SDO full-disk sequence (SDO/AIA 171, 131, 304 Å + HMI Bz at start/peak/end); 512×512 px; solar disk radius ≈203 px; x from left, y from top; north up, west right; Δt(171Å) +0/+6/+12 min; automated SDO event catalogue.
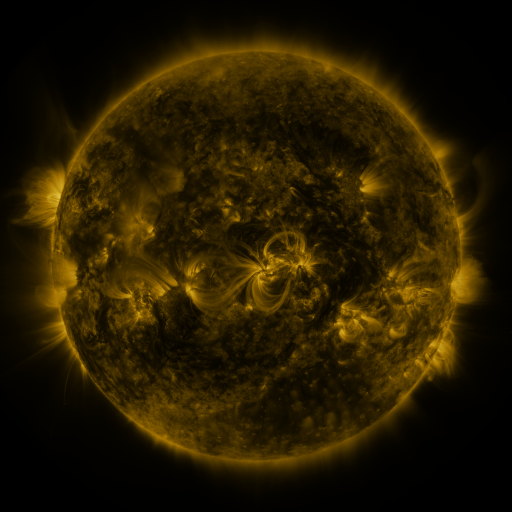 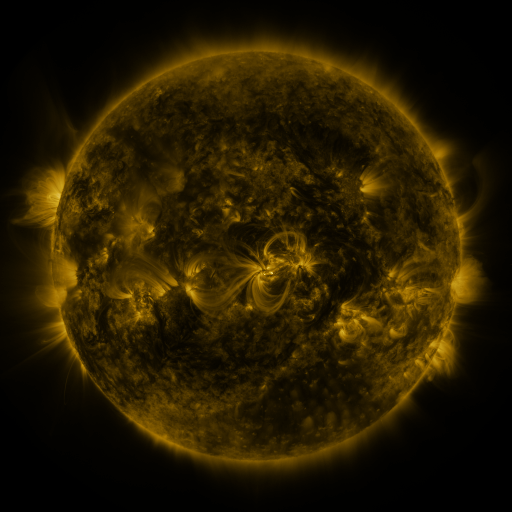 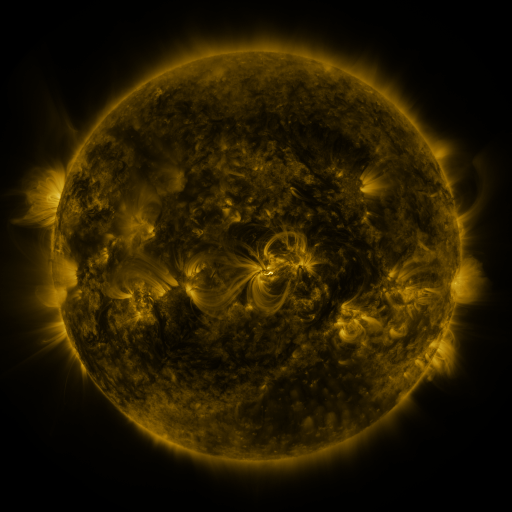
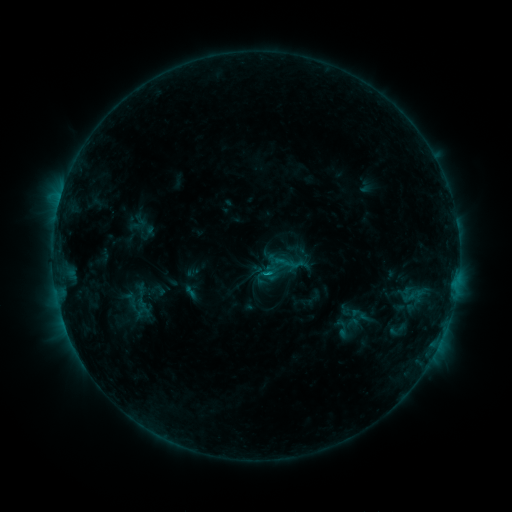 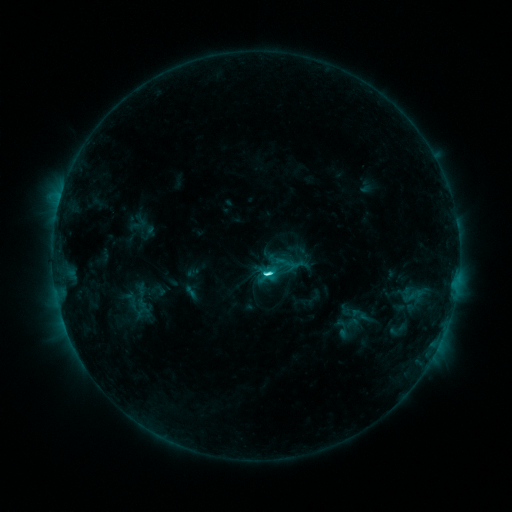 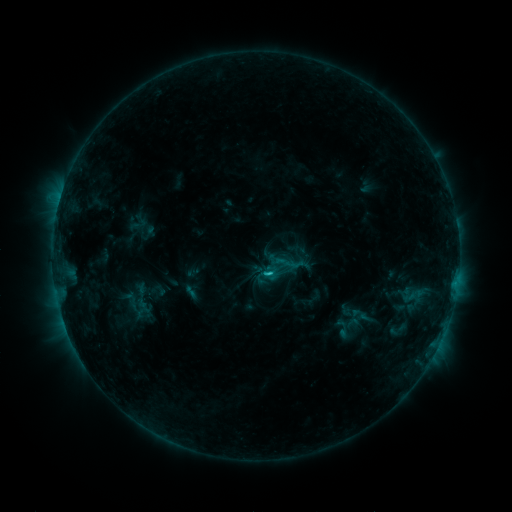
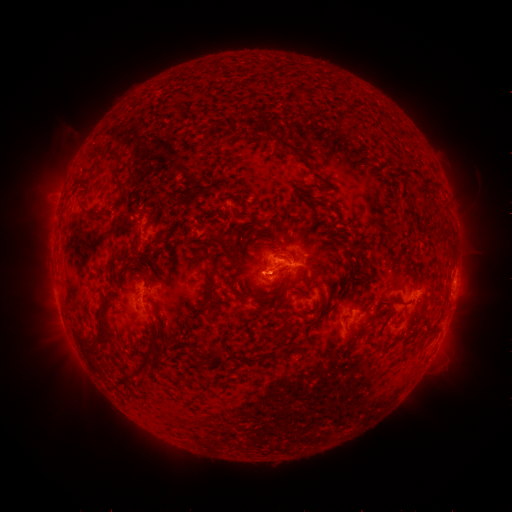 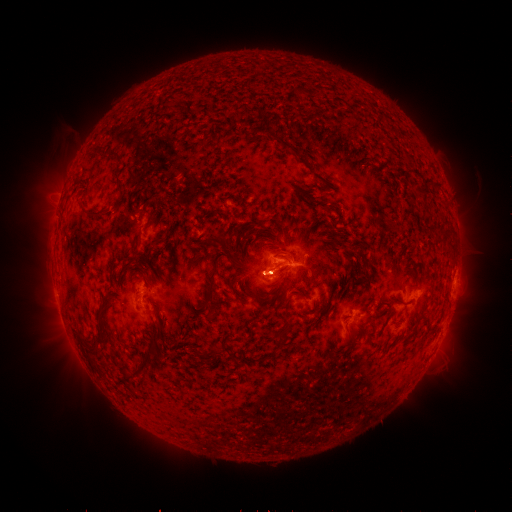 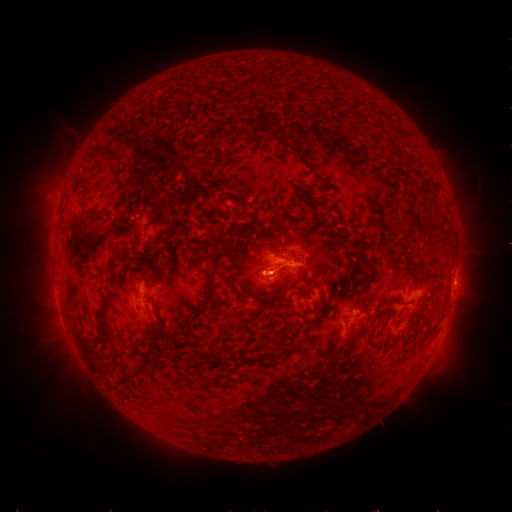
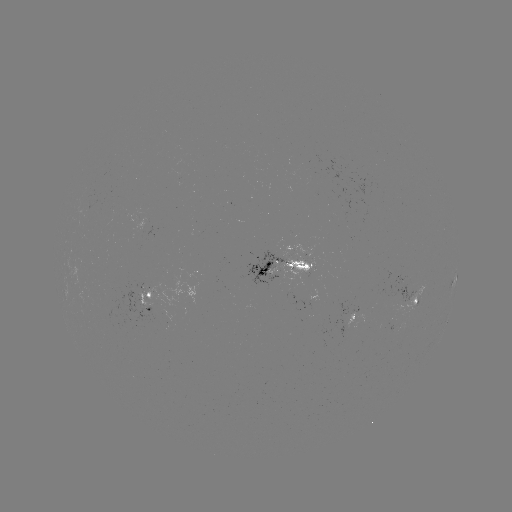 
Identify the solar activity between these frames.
C3.5 flare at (263, 272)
